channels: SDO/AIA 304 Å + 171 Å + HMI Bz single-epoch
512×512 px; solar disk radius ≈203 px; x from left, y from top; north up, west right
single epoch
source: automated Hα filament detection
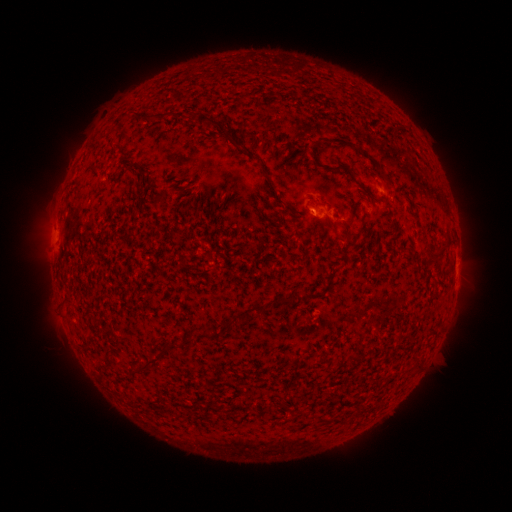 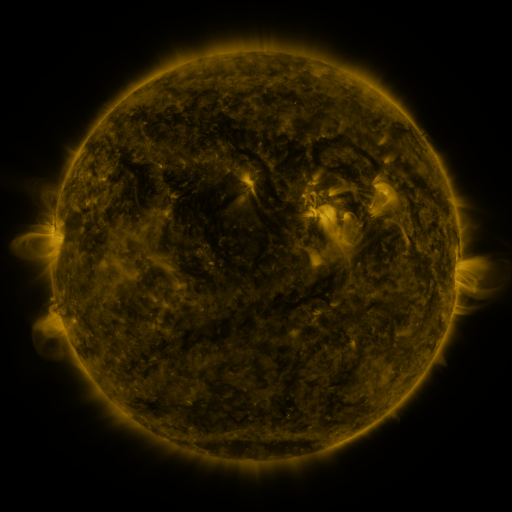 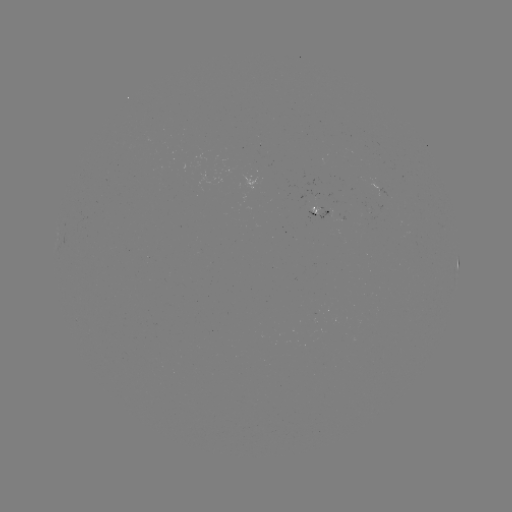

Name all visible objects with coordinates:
filament: (166, 115)
filament: (141, 116)
filament: (213, 121)
filament: (386, 174)
filament: (160, 199)
filament: (436, 255)
filament: (69, 298)
filament: (287, 302)
filament: (250, 311)
filament: (192, 337)
filament: (160, 357)
